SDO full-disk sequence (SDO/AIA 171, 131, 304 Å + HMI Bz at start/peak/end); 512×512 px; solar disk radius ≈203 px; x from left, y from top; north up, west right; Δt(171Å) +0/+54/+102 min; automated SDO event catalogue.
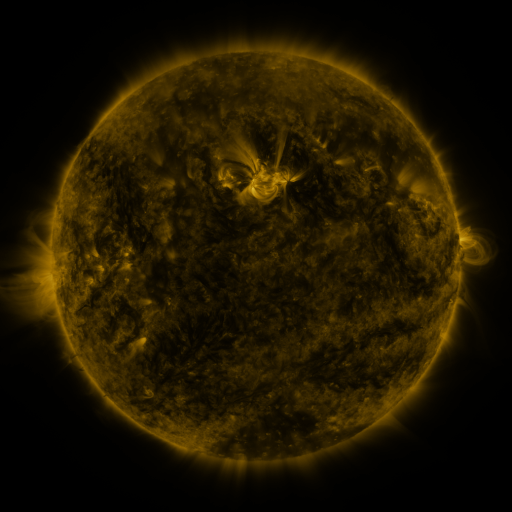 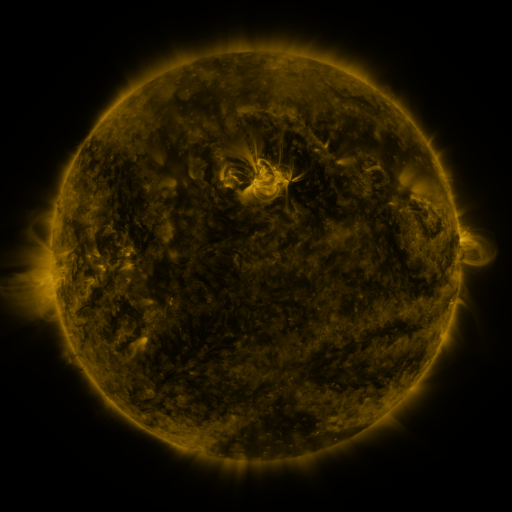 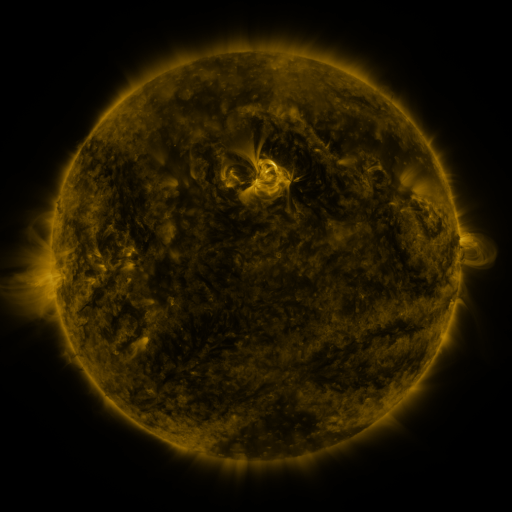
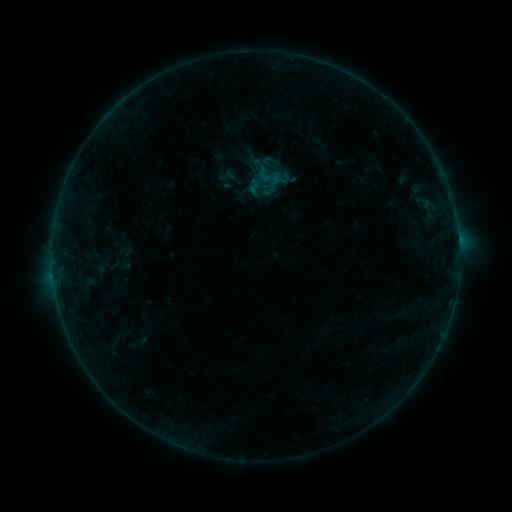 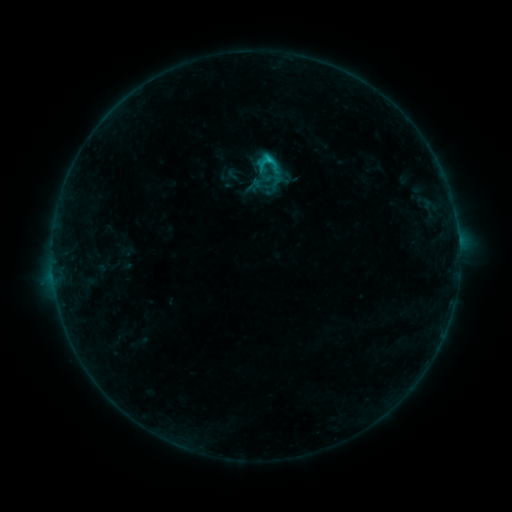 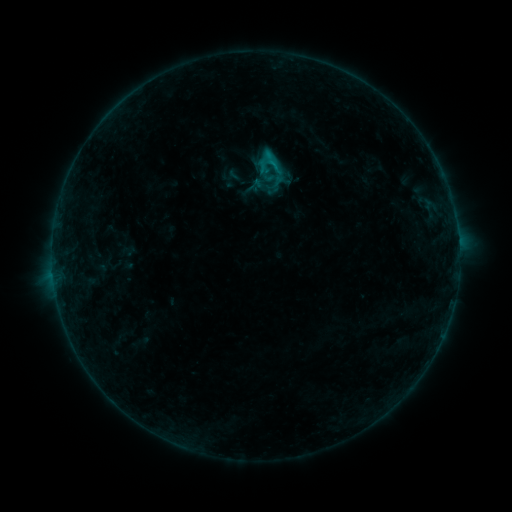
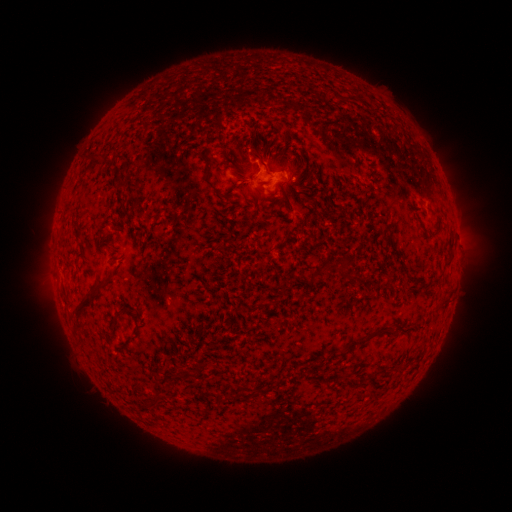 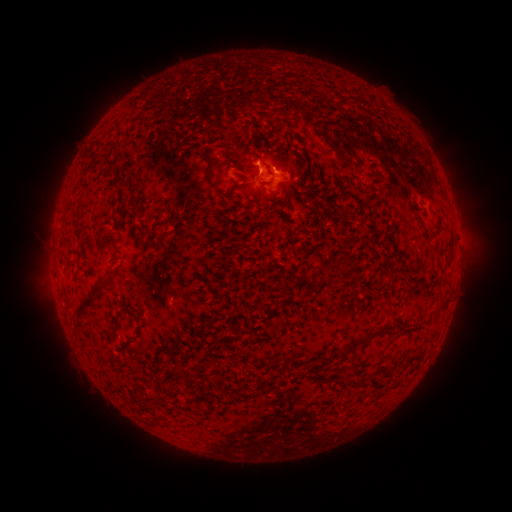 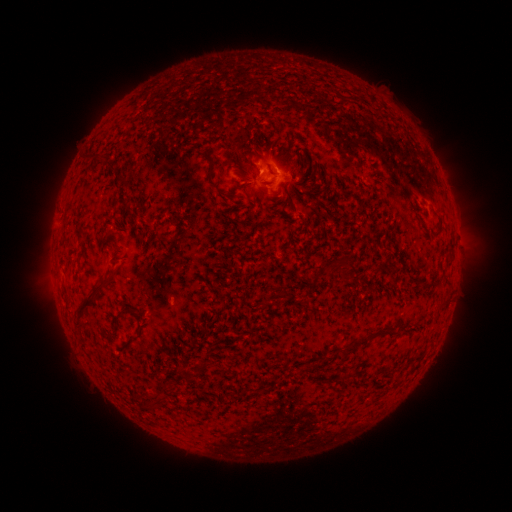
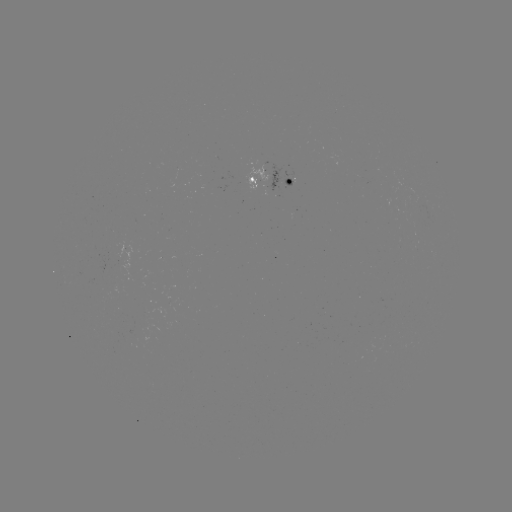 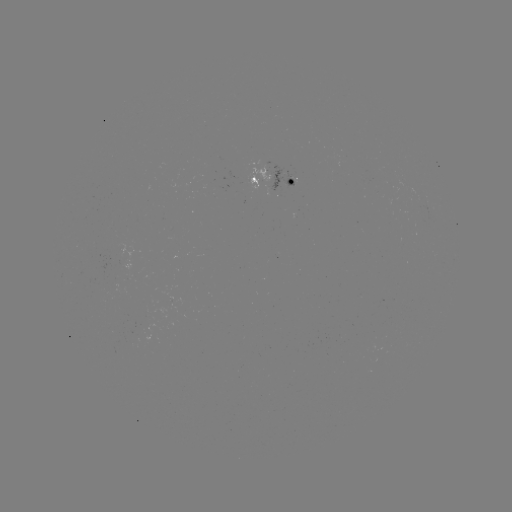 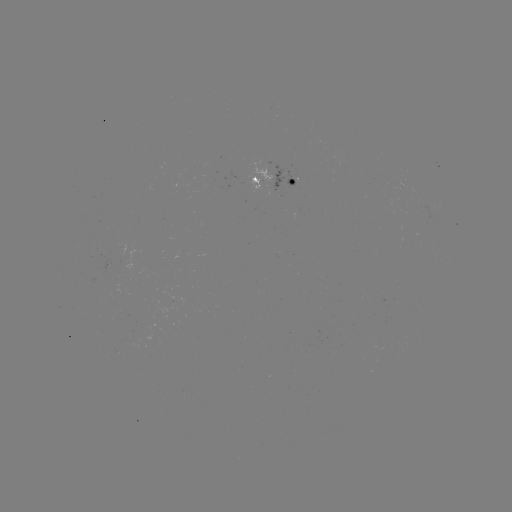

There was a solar flare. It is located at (269, 163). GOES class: C1.1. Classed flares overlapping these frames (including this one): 2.